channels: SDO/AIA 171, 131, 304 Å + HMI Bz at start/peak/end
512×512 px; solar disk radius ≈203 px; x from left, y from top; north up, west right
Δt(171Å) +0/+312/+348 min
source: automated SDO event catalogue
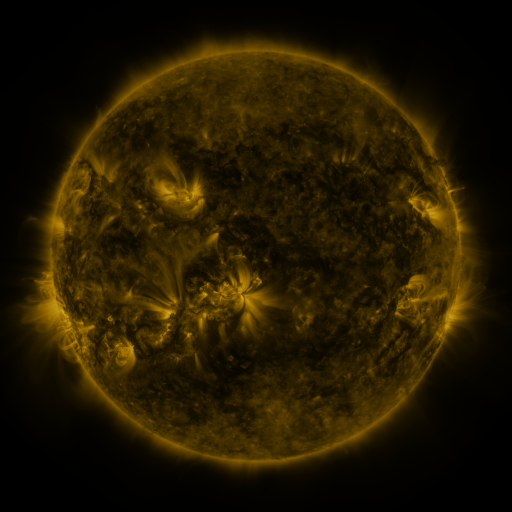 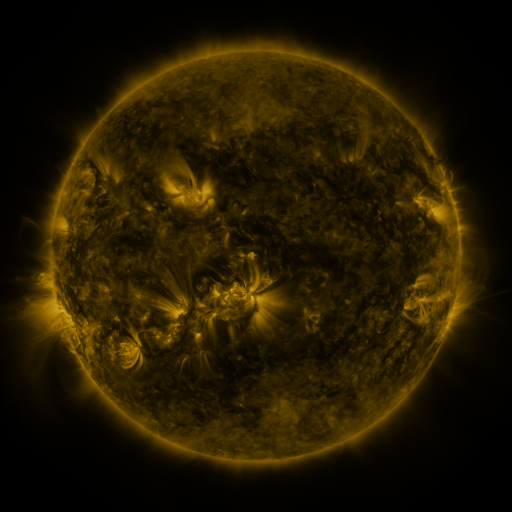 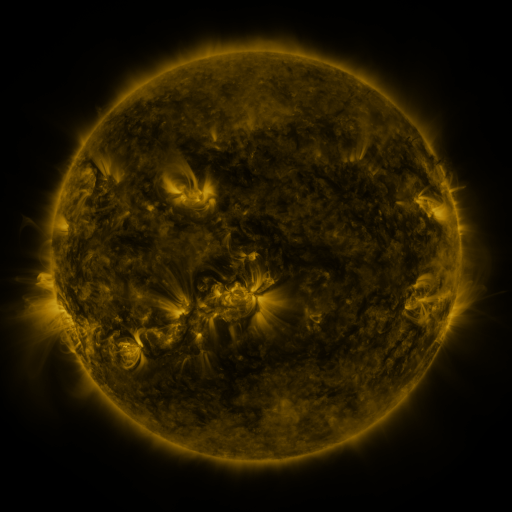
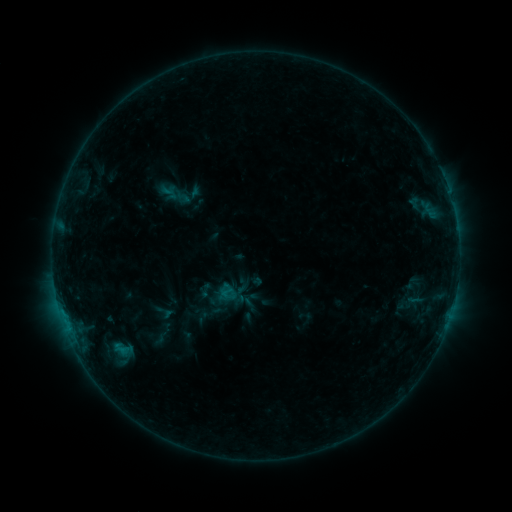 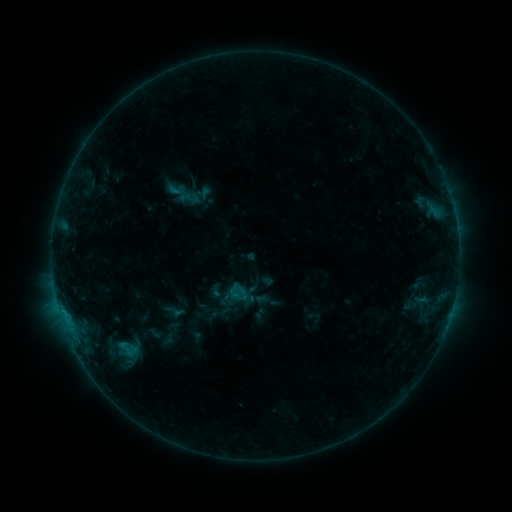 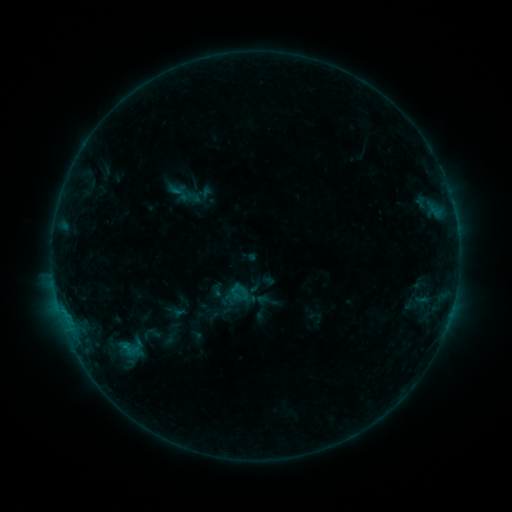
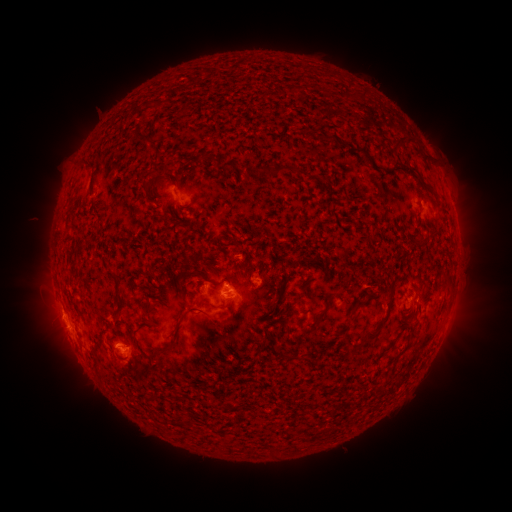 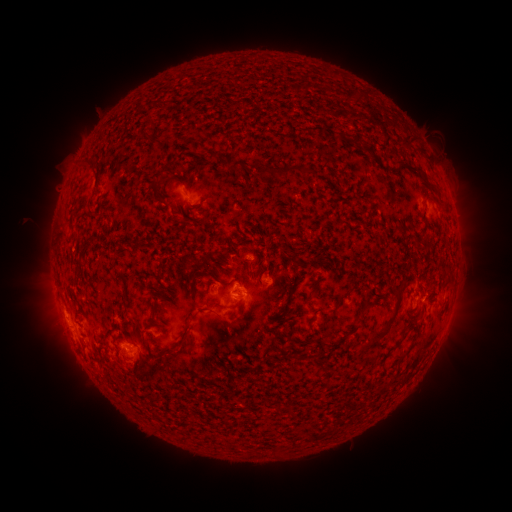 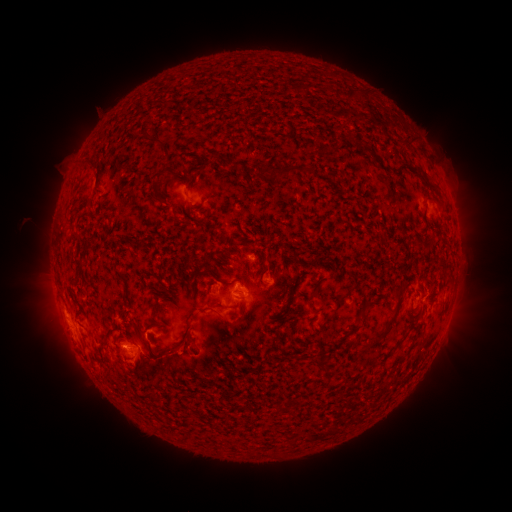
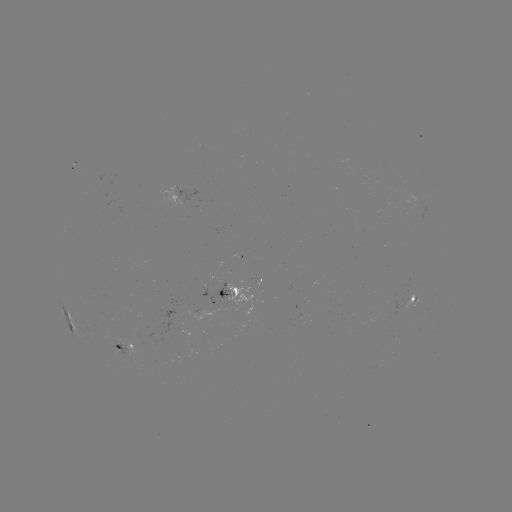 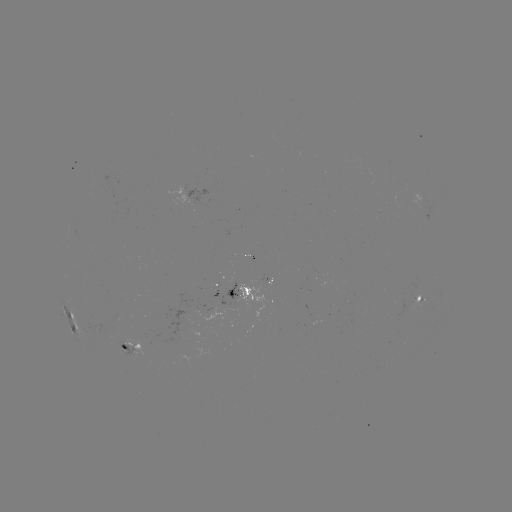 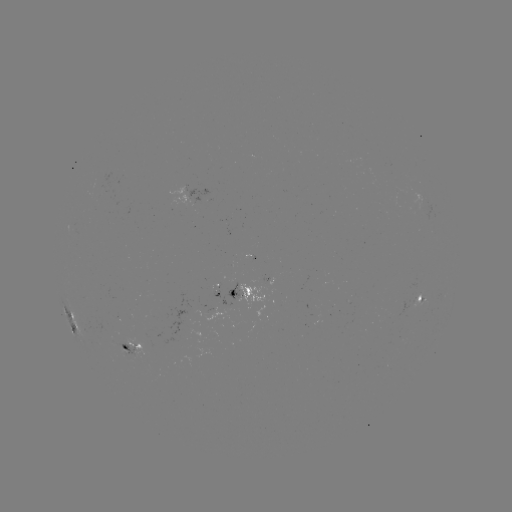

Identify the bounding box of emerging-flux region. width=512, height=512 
[224, 277, 240, 301].